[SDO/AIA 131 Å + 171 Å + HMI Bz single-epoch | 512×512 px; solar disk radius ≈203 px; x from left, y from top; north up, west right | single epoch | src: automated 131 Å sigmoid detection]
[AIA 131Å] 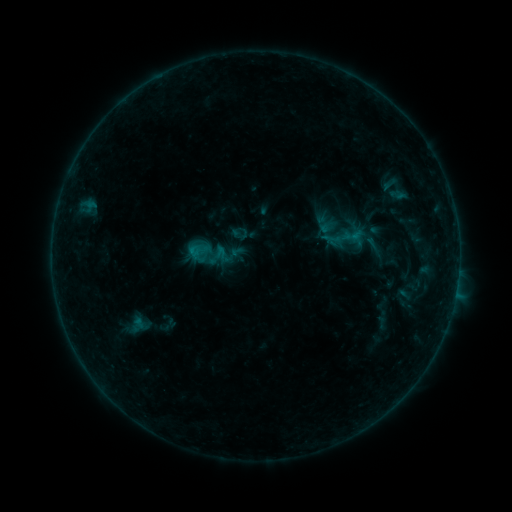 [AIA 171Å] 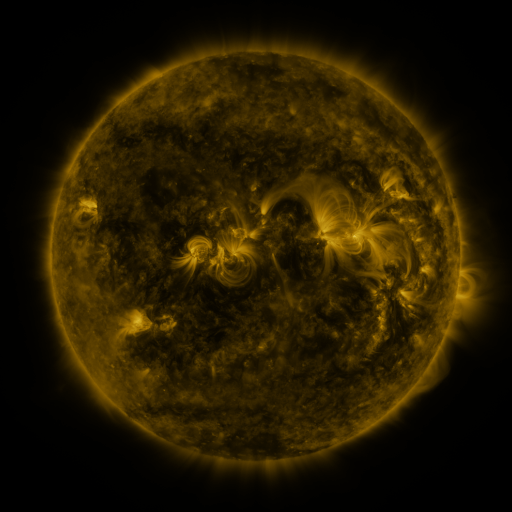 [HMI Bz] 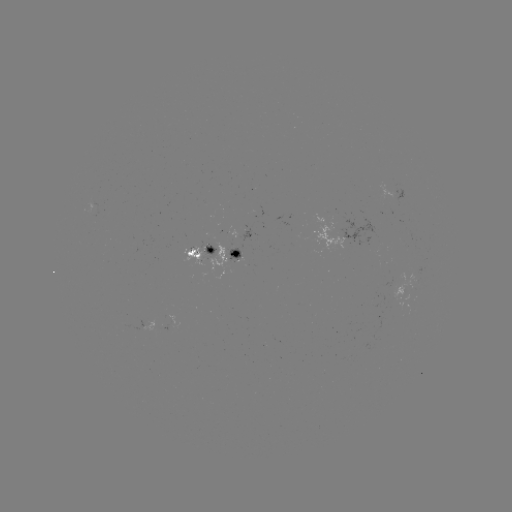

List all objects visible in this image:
sigmoid: (230, 224, 250, 244)
sigmoid: (321, 229, 342, 248)
sigmoid: (187, 230, 233, 279)
